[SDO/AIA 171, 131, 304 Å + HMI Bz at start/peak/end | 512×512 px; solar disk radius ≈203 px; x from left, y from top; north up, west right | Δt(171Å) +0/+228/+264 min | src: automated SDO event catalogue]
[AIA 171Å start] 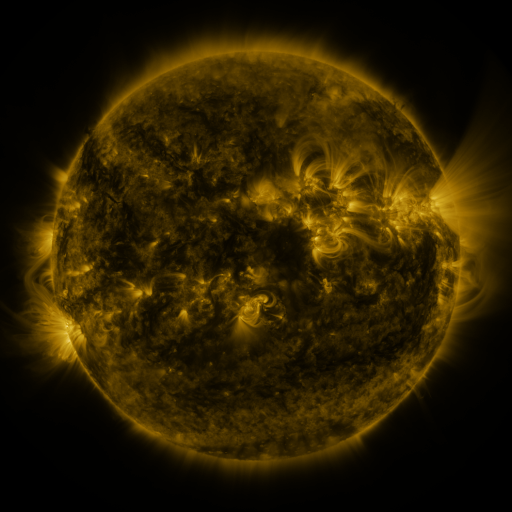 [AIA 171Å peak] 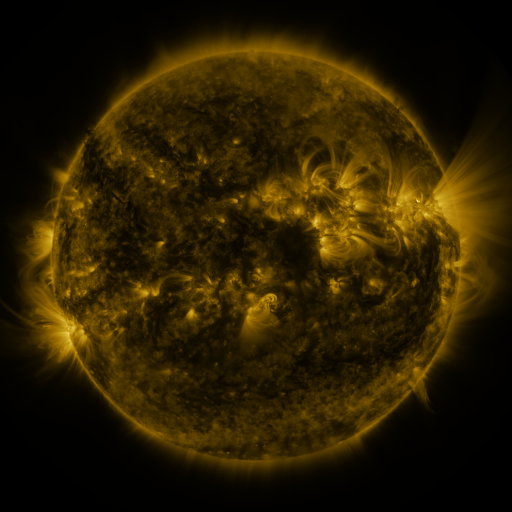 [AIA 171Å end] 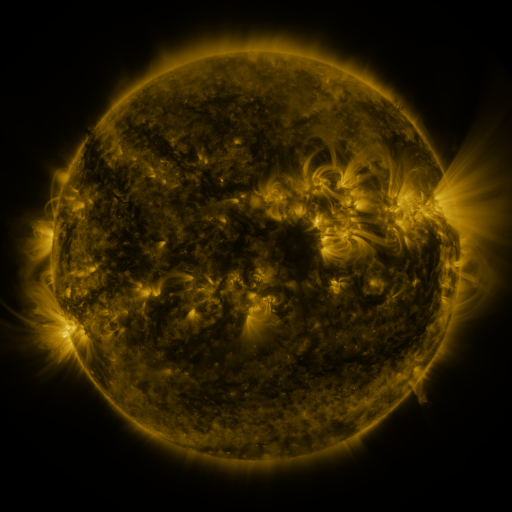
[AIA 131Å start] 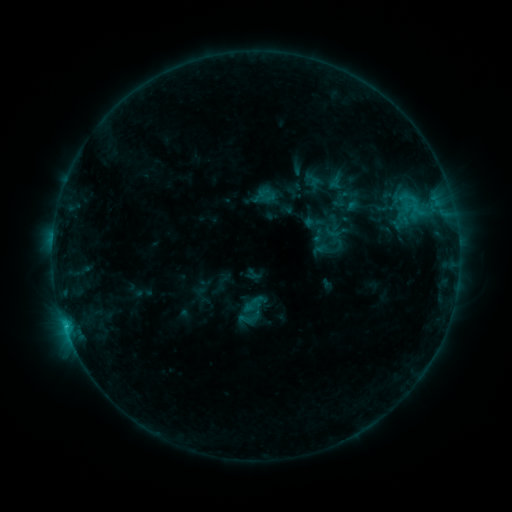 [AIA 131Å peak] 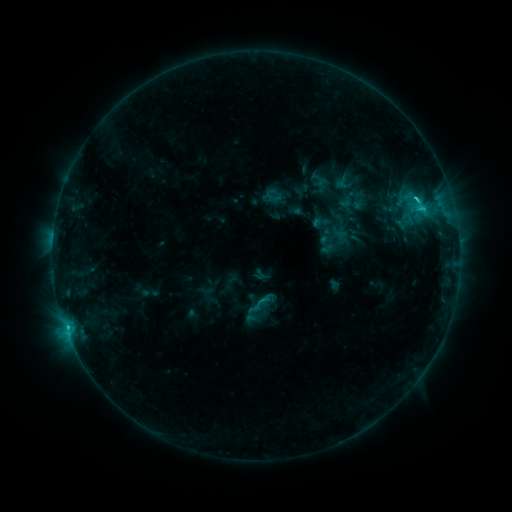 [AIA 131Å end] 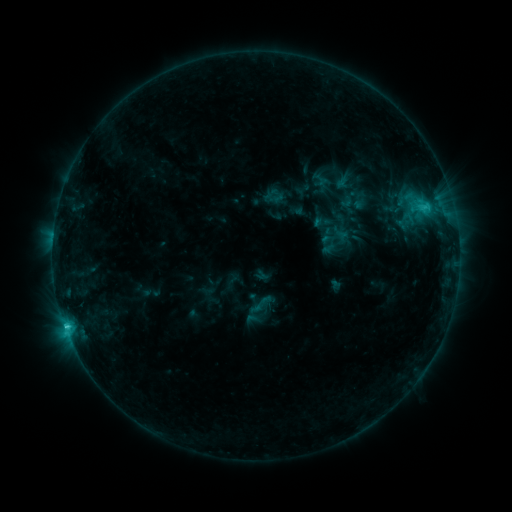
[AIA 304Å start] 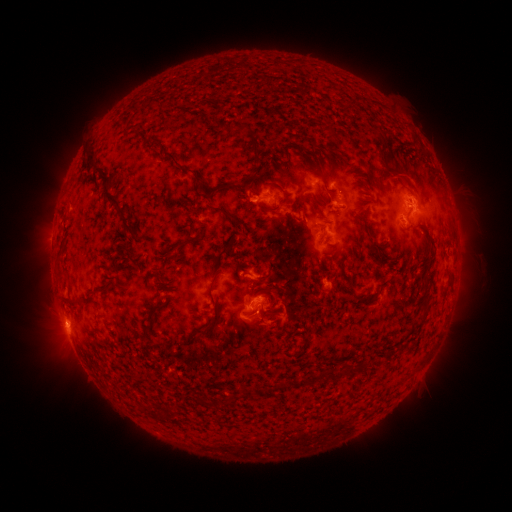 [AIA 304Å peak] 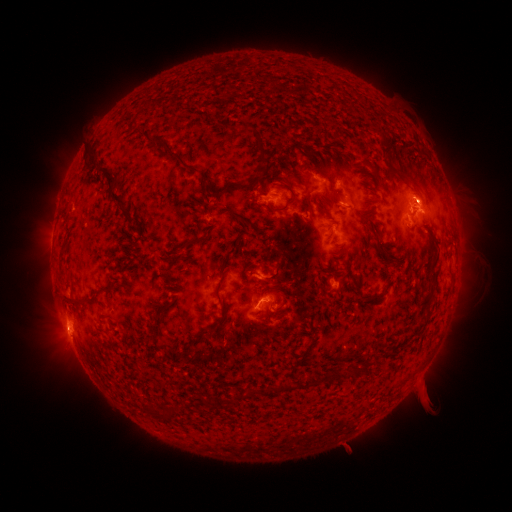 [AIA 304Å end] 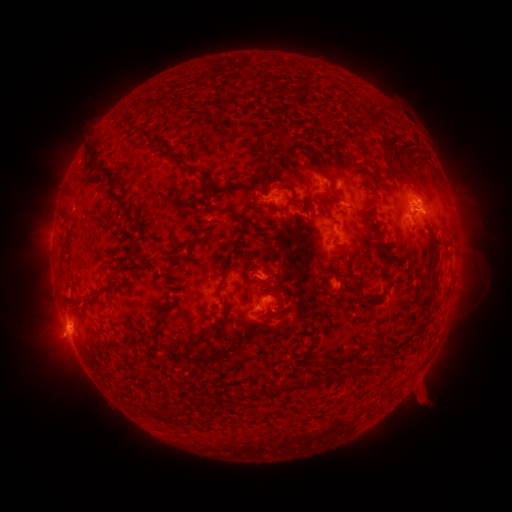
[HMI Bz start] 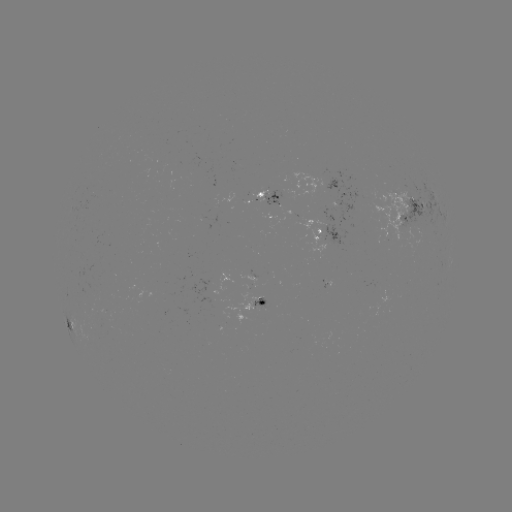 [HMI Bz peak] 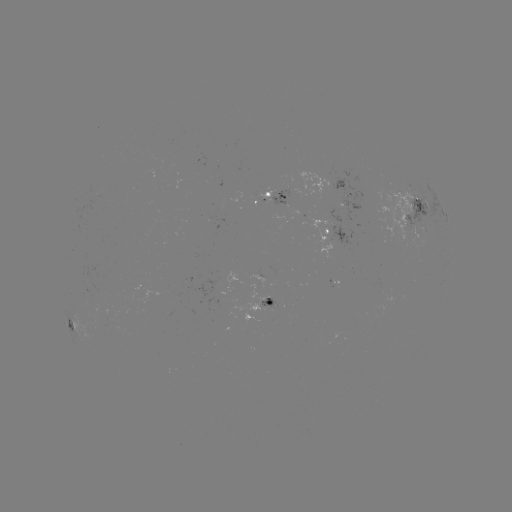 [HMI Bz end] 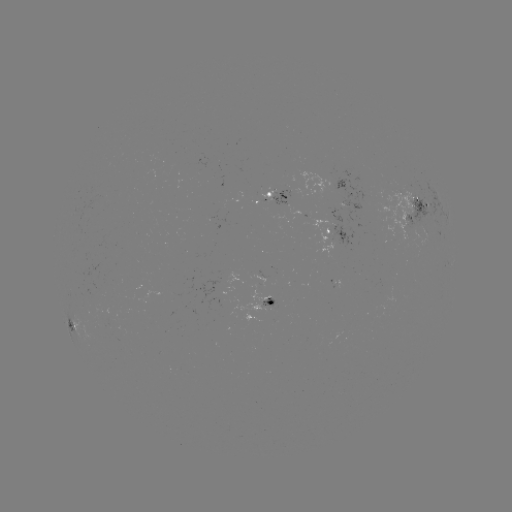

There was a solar emerging-flux region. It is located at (421, 219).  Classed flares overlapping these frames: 4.